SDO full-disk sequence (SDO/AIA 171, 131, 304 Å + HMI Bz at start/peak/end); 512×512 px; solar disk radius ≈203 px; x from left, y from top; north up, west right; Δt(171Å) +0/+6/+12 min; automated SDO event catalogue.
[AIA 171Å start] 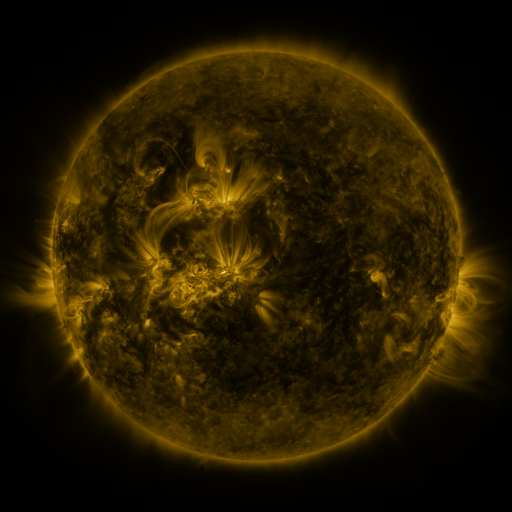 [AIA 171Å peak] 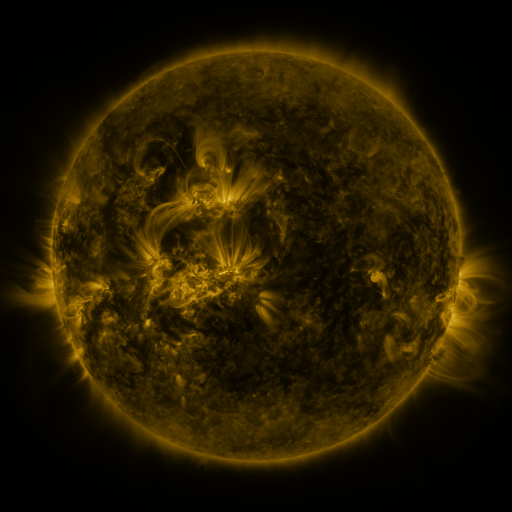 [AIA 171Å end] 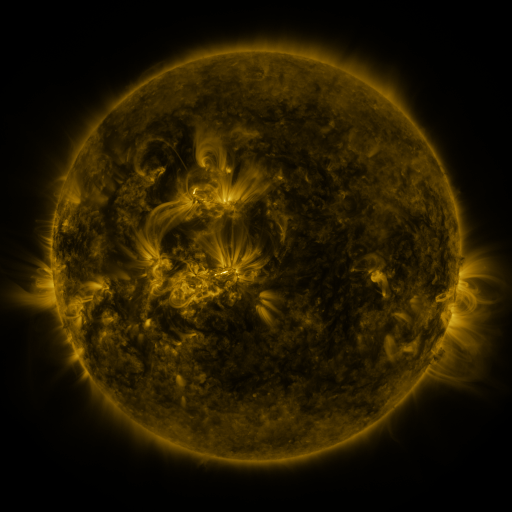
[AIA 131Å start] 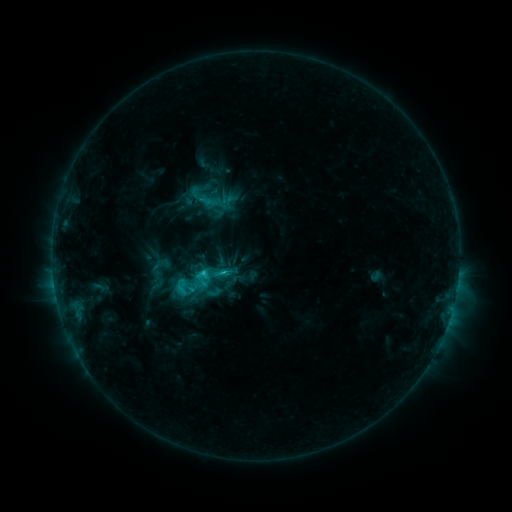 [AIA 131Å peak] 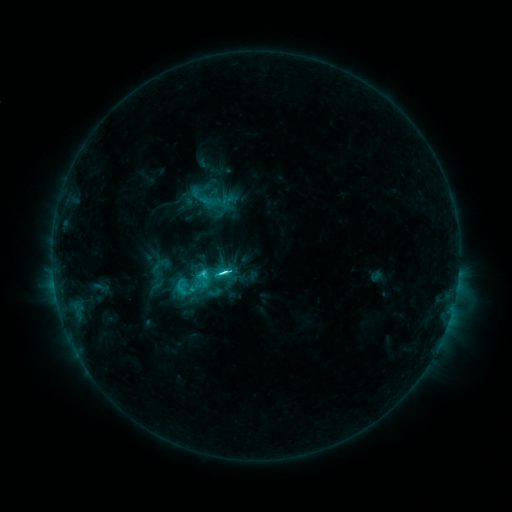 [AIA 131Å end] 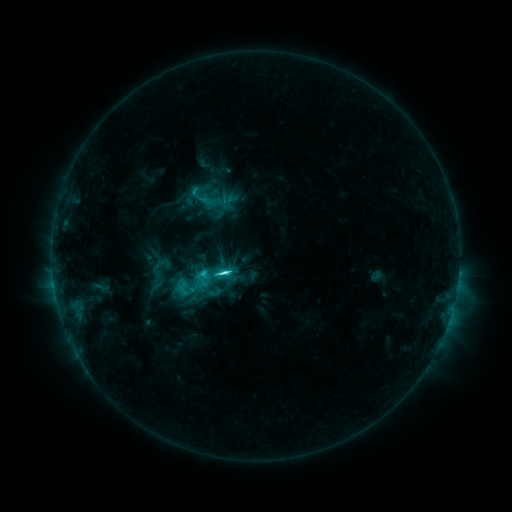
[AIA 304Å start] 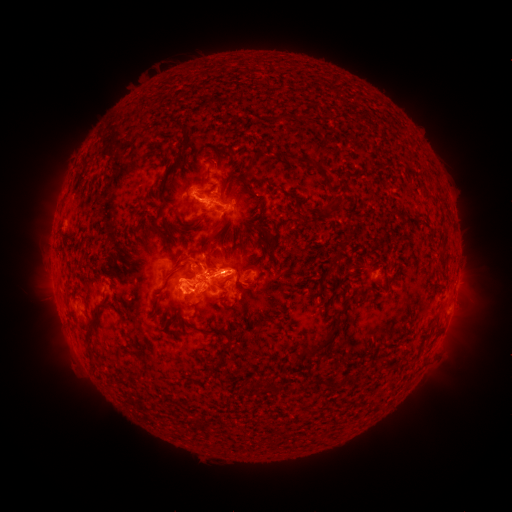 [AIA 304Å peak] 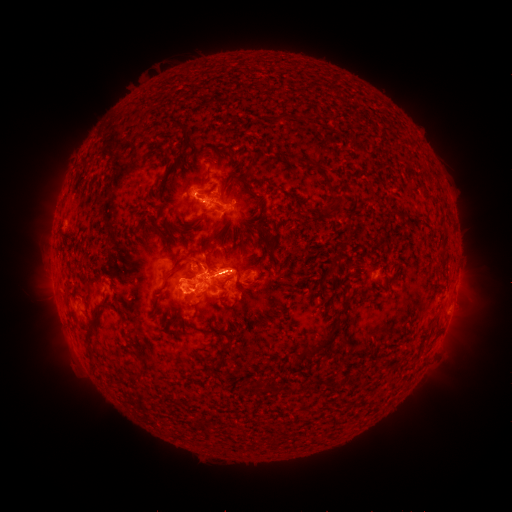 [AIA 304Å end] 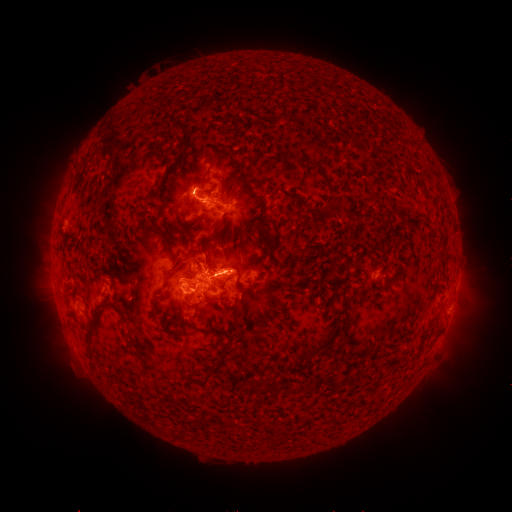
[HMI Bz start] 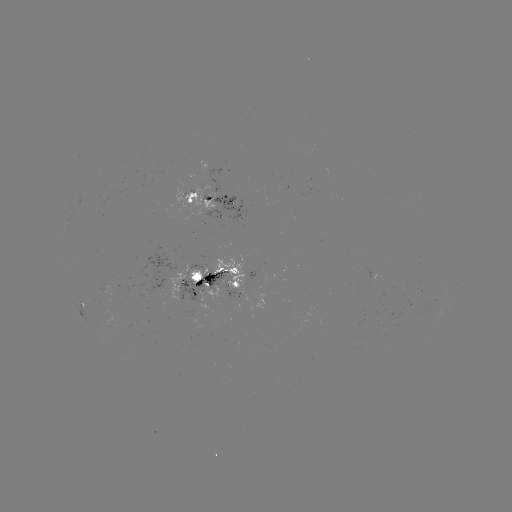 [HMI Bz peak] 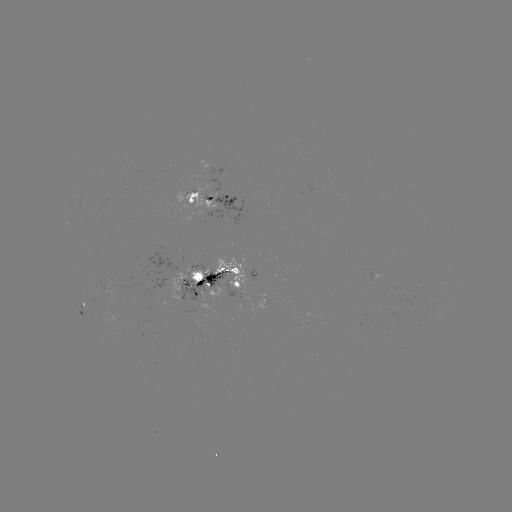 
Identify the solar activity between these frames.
C7.5 flare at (228, 270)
